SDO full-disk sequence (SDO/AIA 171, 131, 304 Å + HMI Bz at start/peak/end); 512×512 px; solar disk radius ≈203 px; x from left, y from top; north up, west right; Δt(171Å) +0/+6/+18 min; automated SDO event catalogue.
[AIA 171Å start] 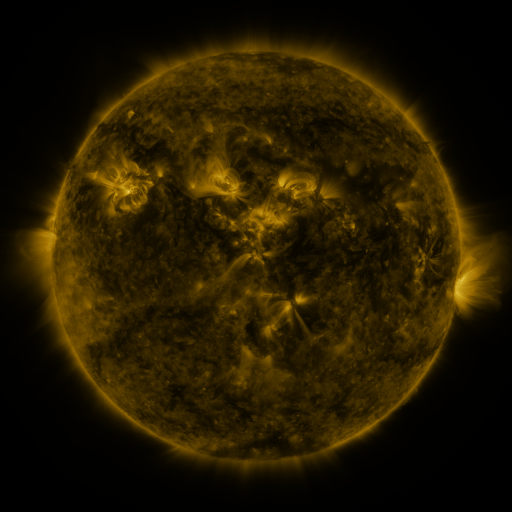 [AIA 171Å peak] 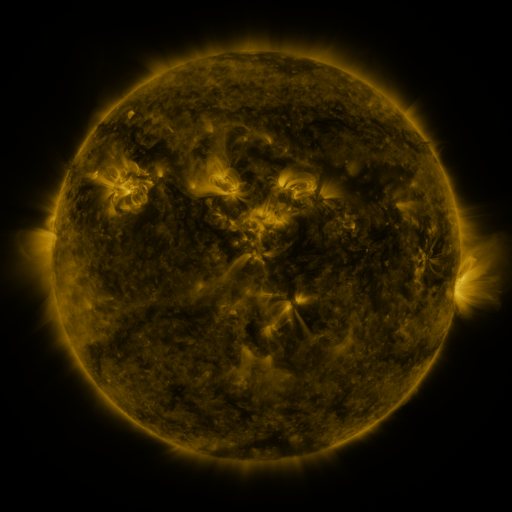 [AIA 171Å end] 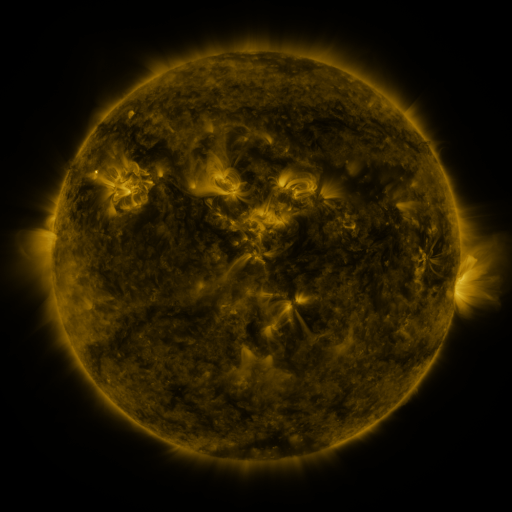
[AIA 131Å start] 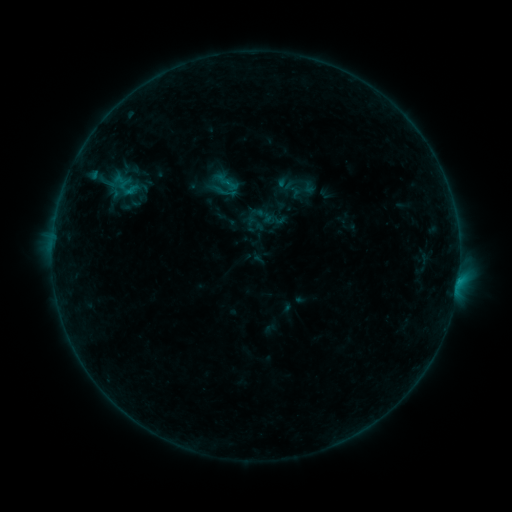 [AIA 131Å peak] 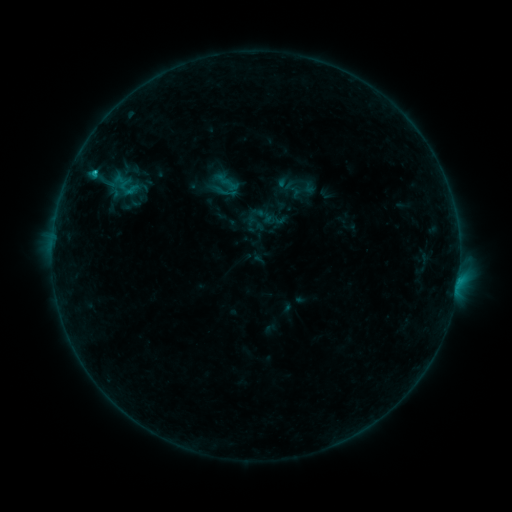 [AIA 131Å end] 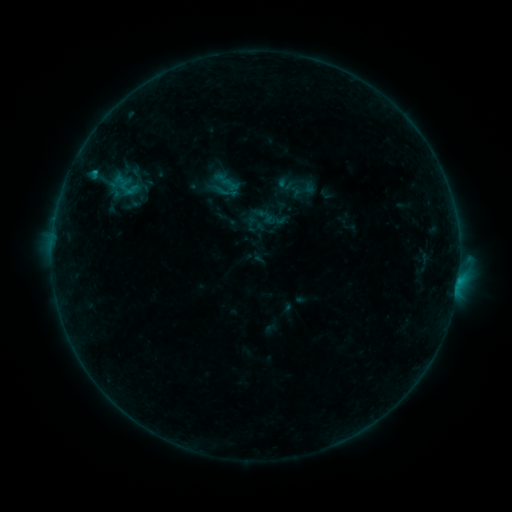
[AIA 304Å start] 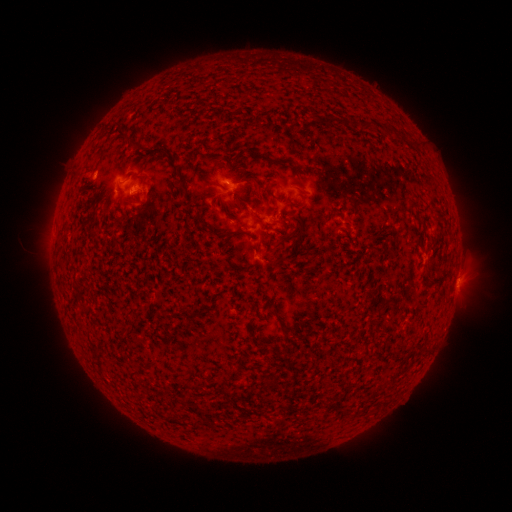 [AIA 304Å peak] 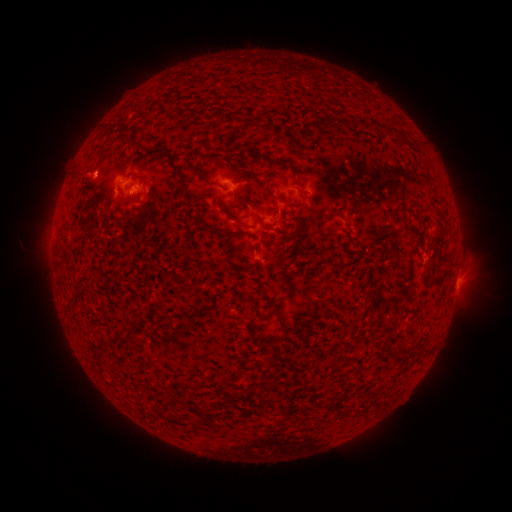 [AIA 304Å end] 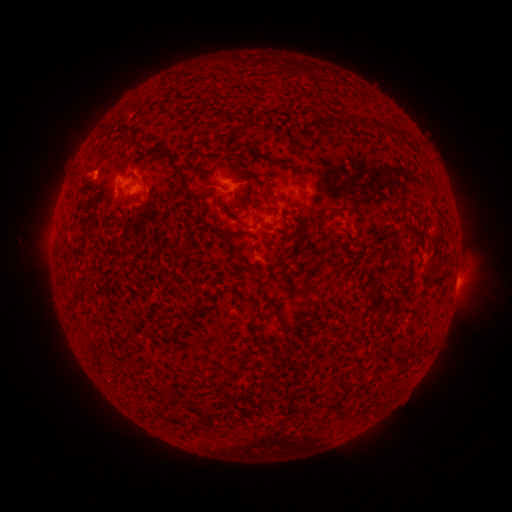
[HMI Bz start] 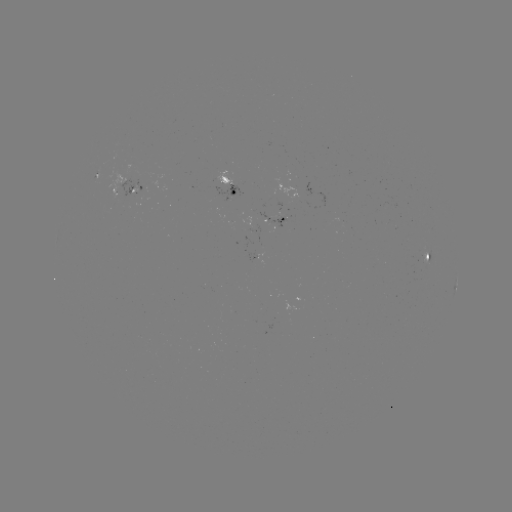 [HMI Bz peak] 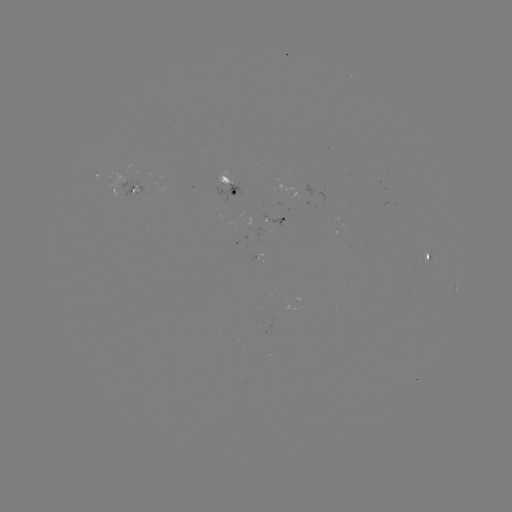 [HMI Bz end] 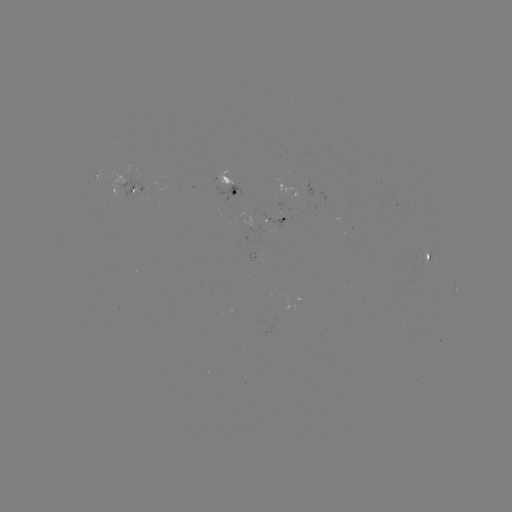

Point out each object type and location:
B5.7 flare: (94, 175)
